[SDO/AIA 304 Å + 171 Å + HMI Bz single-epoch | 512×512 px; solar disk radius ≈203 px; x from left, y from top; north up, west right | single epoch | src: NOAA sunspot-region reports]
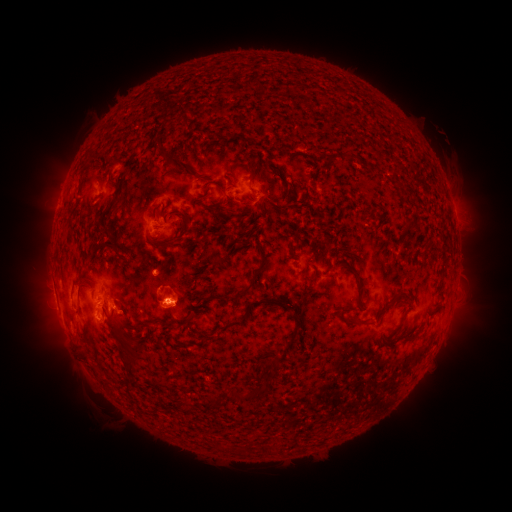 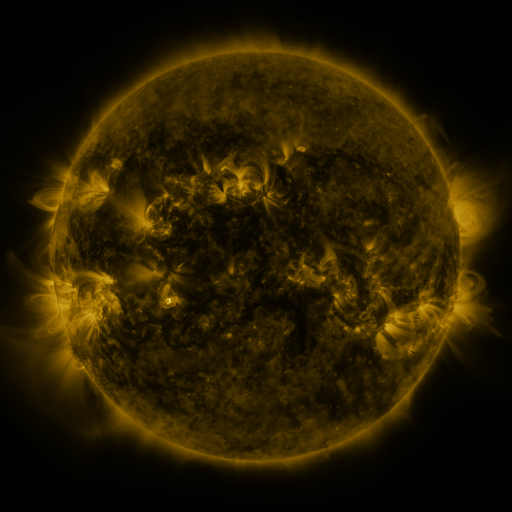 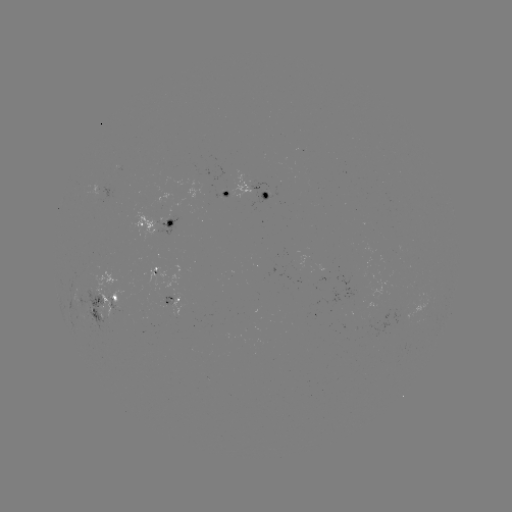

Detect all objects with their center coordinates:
spotted active region: (259, 190)
spotted active region: (228, 194)
spotted active region: (151, 221)
spotted active region: (155, 273)
spotted active region: (174, 301)
spotted active region: (107, 306)
